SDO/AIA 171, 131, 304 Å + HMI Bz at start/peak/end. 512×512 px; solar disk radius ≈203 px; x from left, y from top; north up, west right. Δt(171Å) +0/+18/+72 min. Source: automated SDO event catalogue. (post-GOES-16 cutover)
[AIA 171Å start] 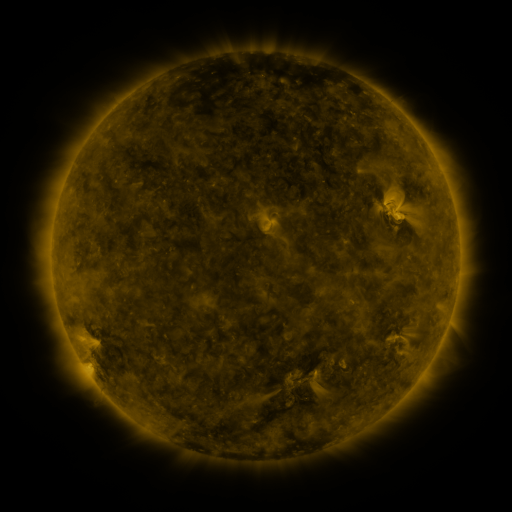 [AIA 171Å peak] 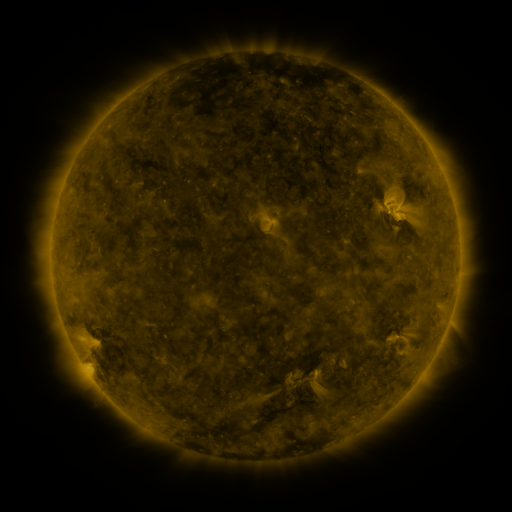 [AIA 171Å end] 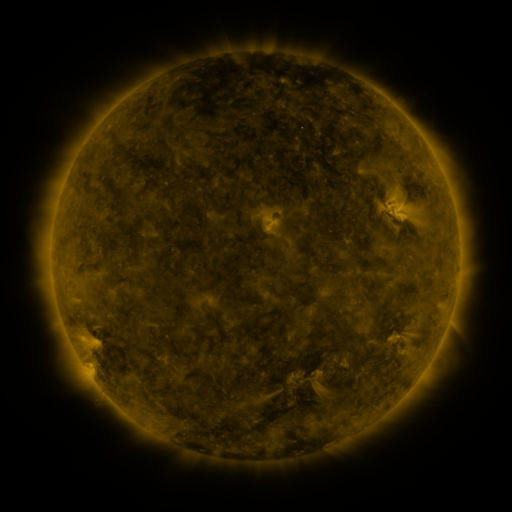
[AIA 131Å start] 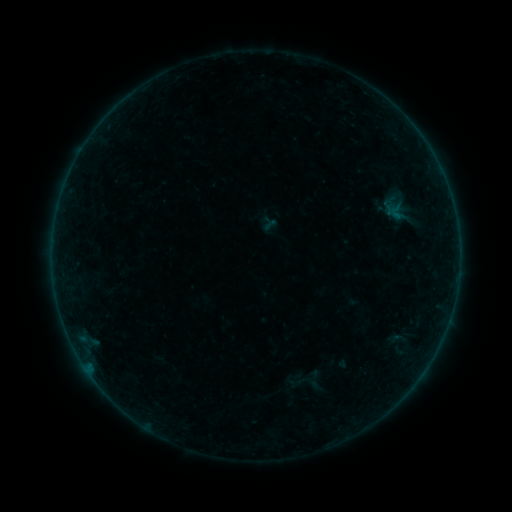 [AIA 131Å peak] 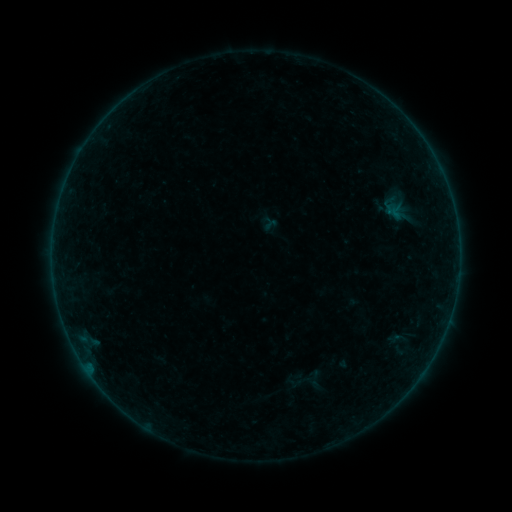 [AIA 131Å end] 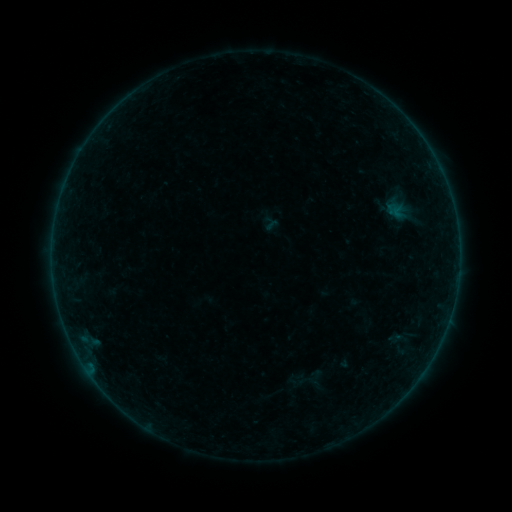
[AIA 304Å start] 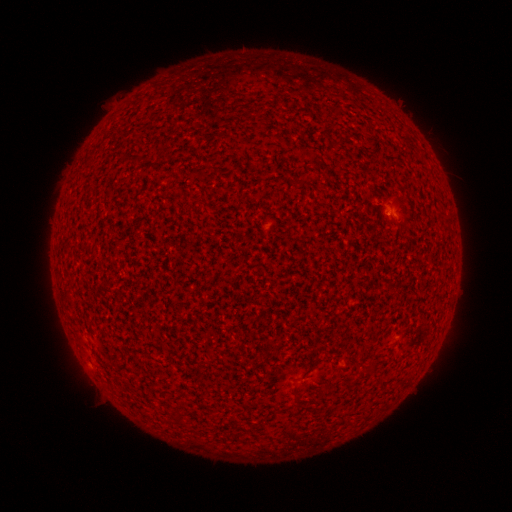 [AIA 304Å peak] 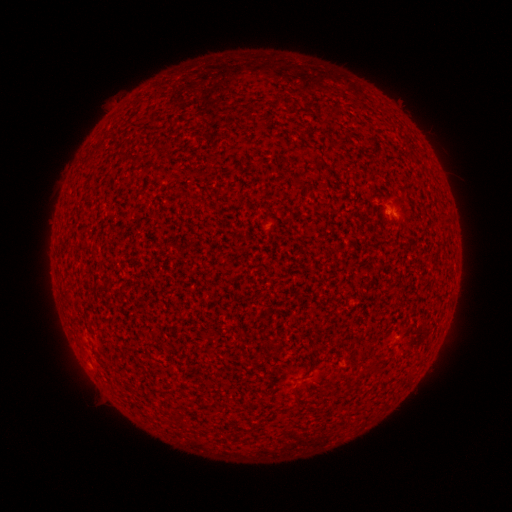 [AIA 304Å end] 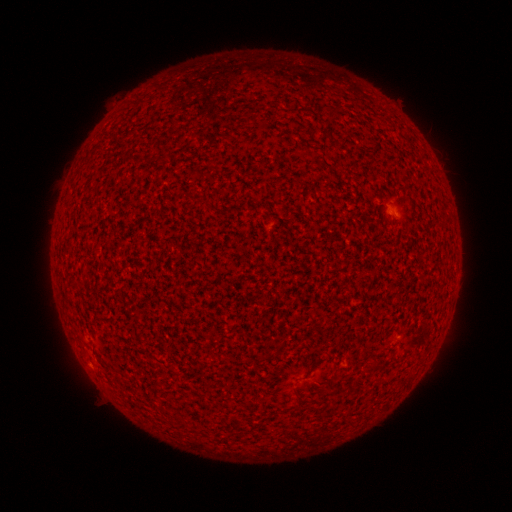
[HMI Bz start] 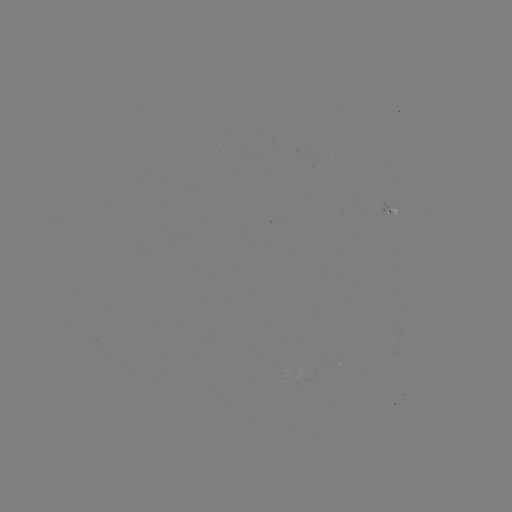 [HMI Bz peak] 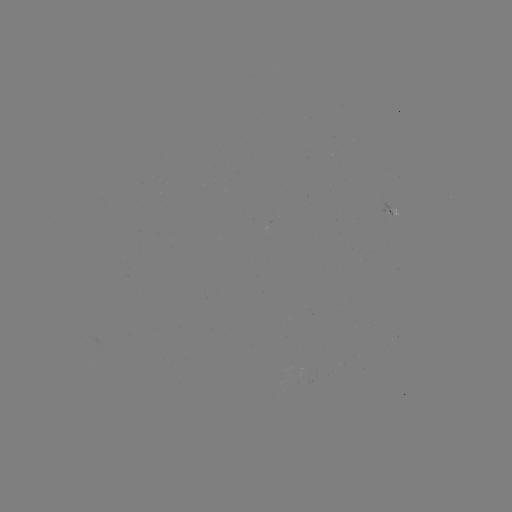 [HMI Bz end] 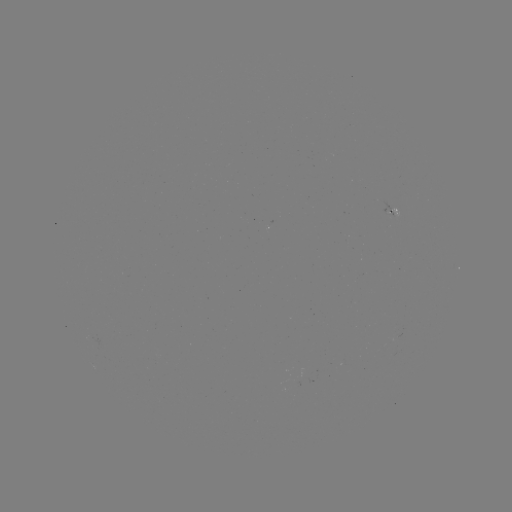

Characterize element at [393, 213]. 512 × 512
A4.5 flare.